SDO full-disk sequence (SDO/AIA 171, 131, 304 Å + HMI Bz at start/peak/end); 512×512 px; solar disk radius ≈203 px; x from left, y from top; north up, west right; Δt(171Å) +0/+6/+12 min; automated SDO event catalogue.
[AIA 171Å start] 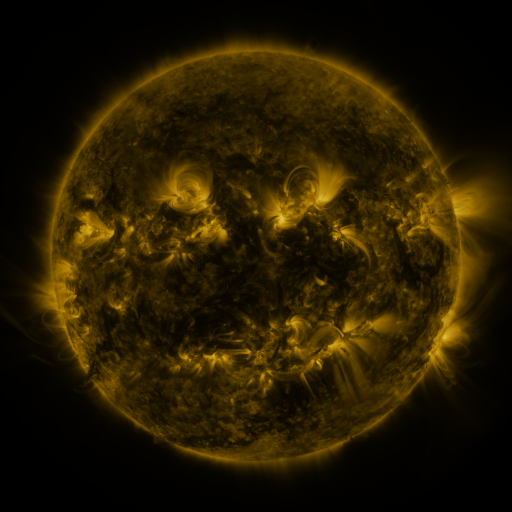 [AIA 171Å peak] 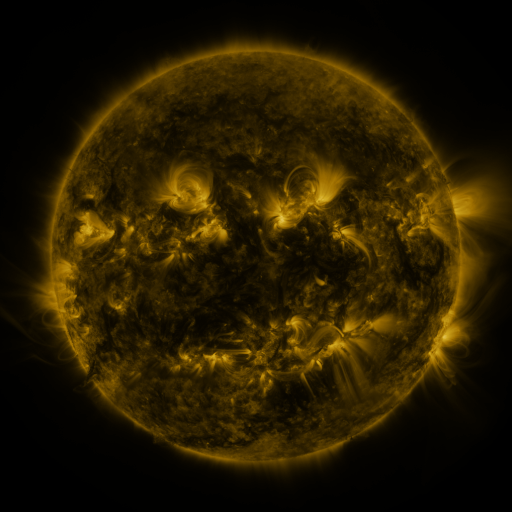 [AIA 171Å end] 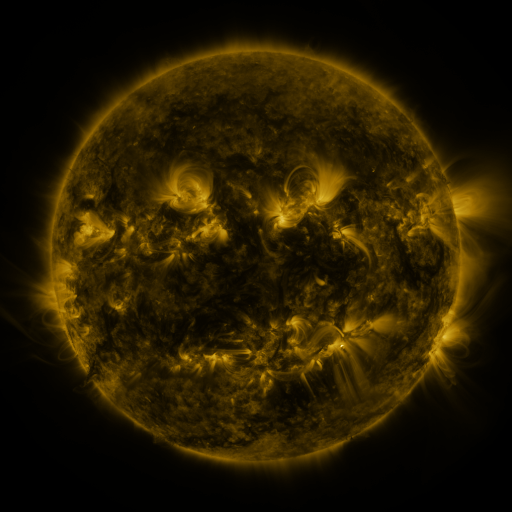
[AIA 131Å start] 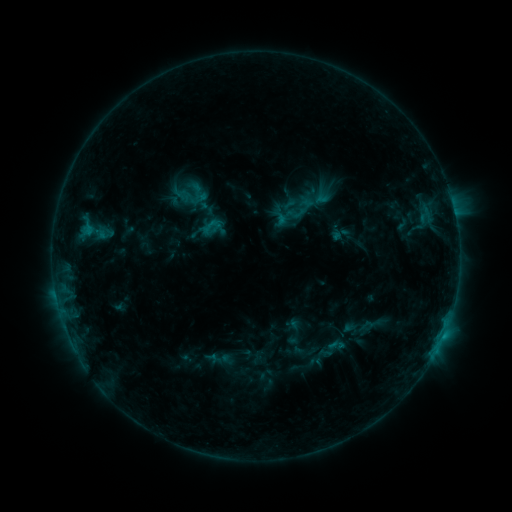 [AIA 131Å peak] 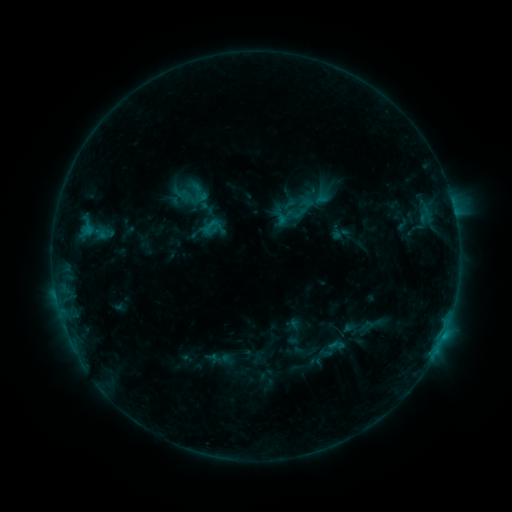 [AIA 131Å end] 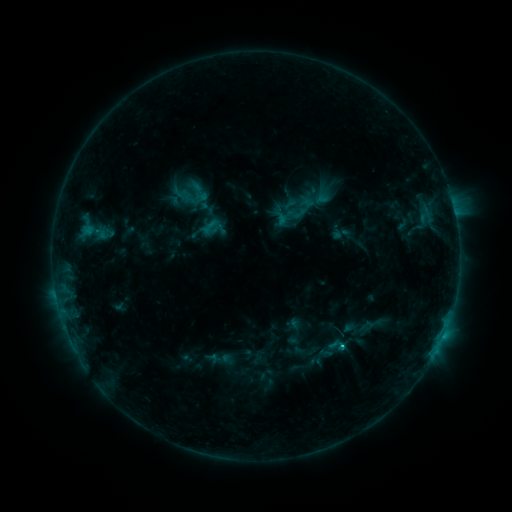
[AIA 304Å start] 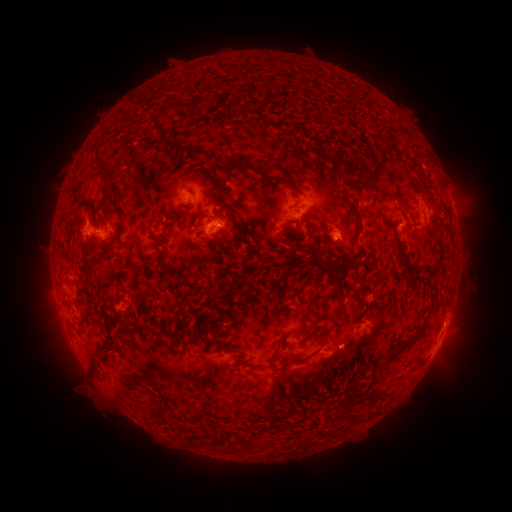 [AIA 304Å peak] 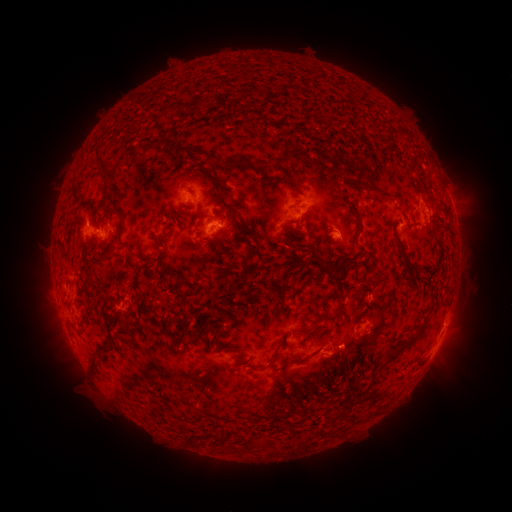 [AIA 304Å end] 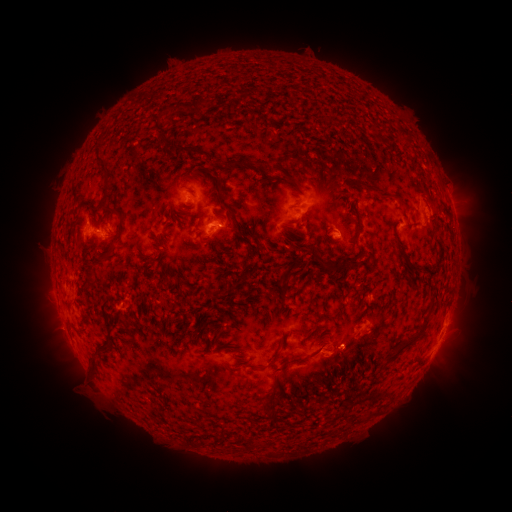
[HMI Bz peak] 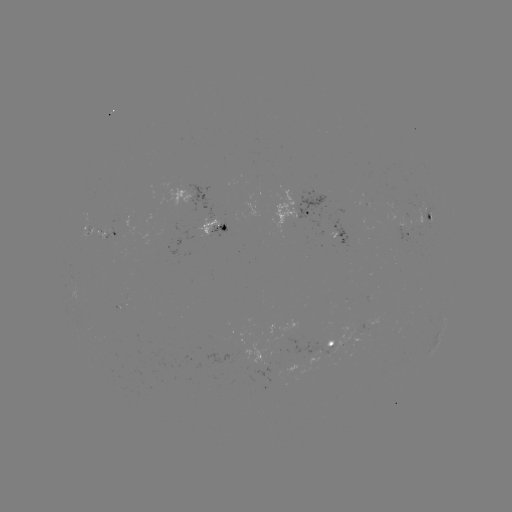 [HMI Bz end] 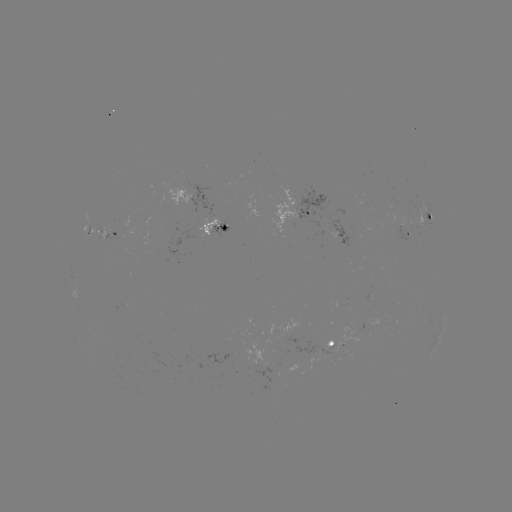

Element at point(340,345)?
C1.0 flare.